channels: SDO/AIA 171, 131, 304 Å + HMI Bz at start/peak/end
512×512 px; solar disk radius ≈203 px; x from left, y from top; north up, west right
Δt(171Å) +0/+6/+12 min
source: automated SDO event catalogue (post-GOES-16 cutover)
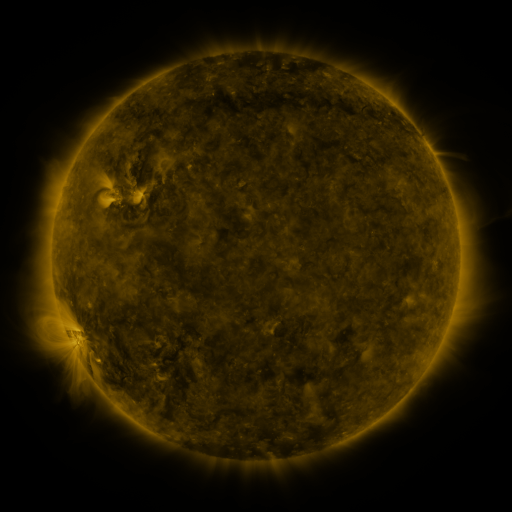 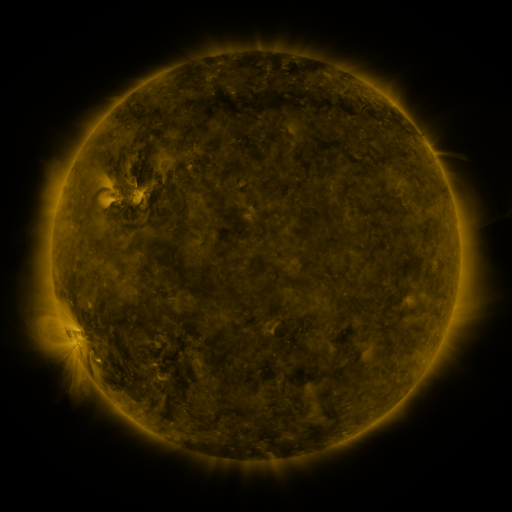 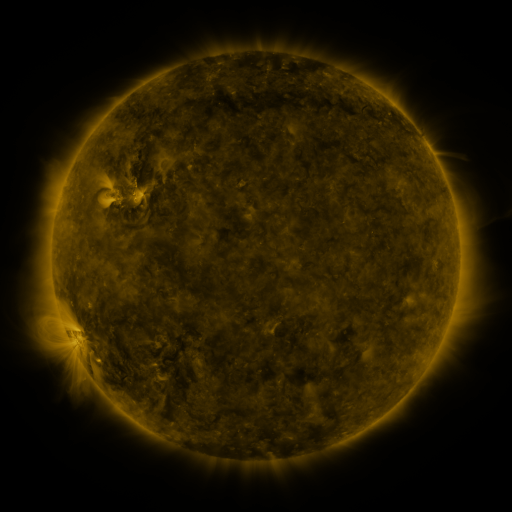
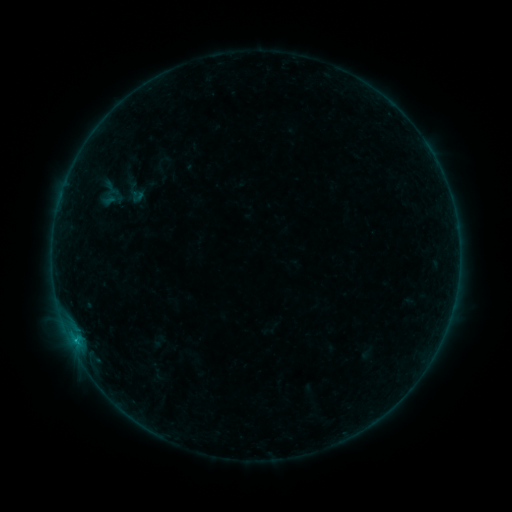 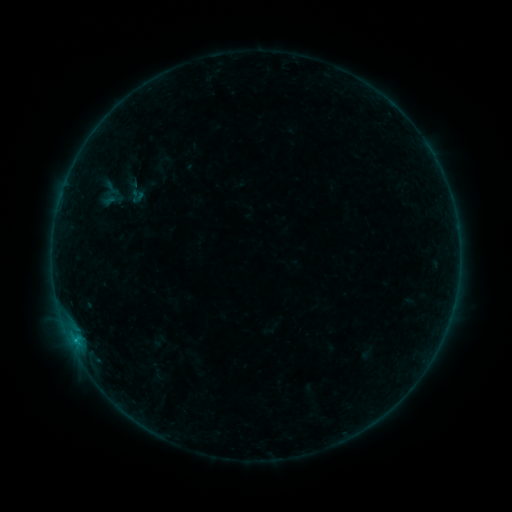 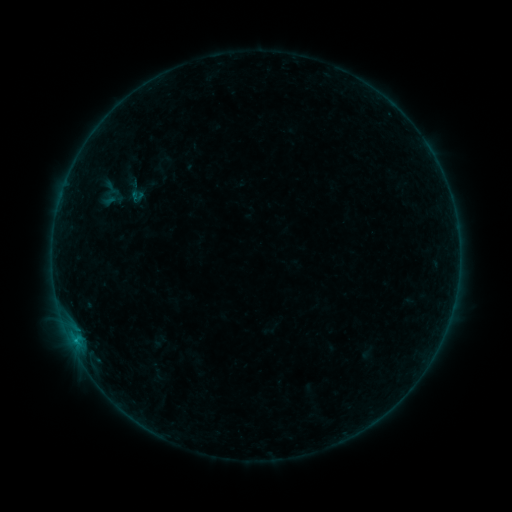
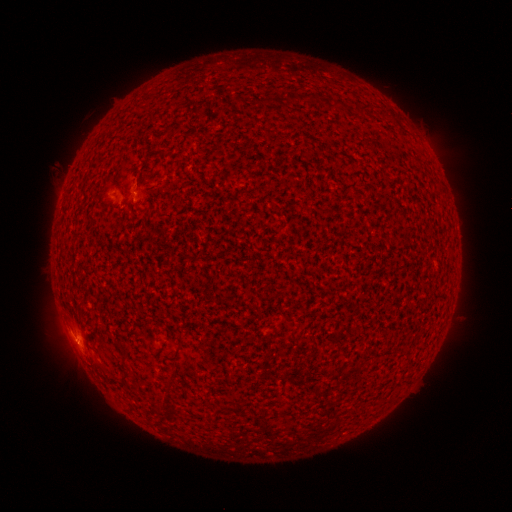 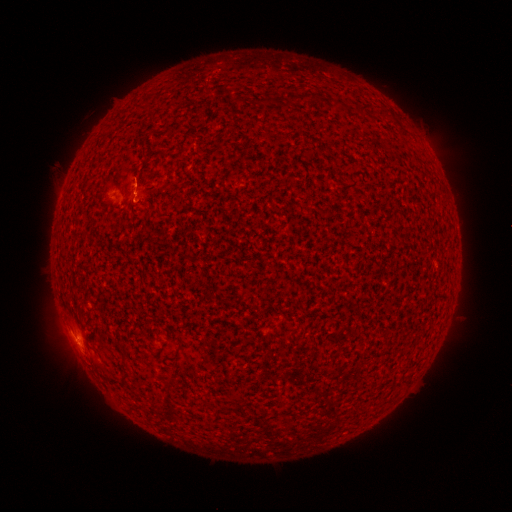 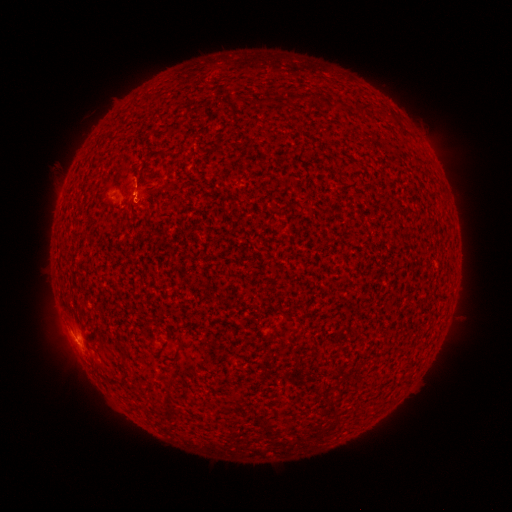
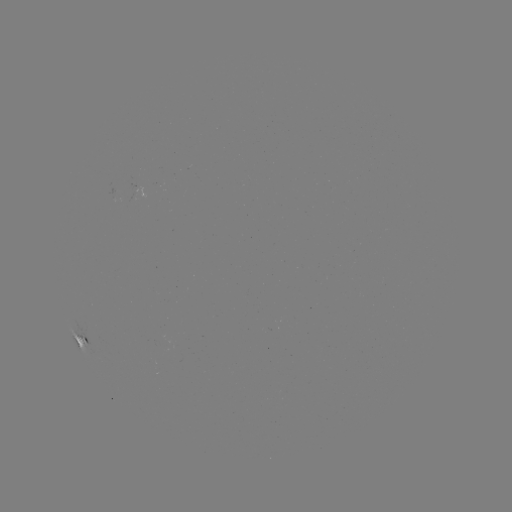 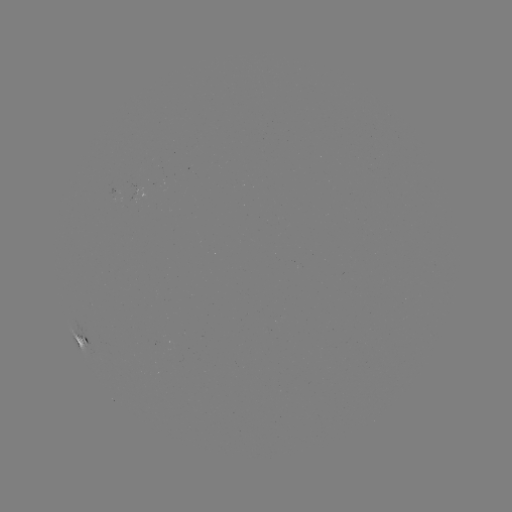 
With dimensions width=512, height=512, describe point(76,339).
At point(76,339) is B4.7 flare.